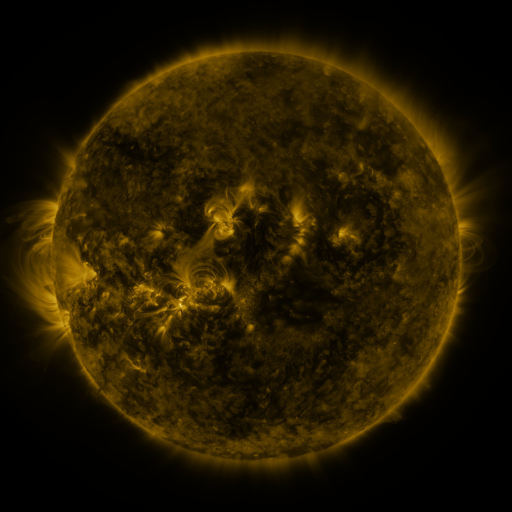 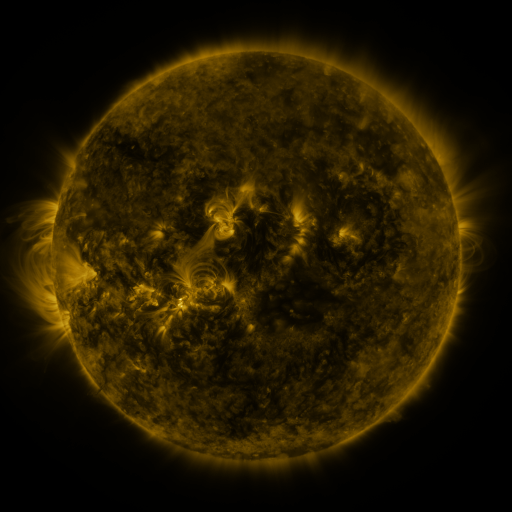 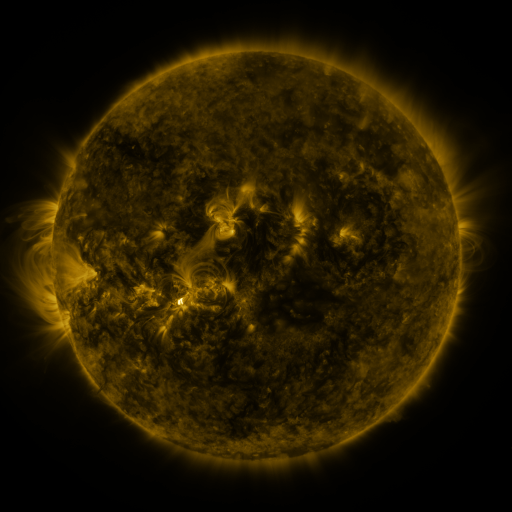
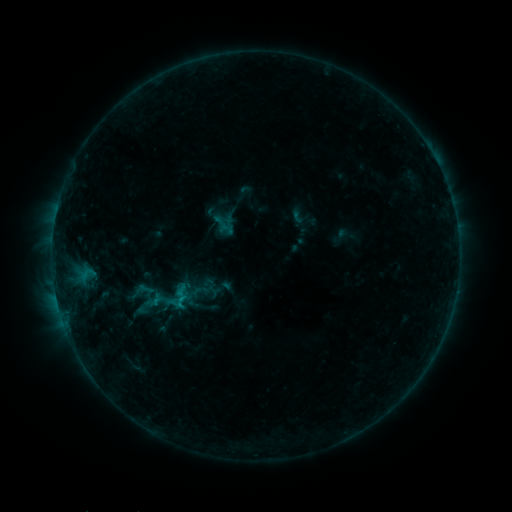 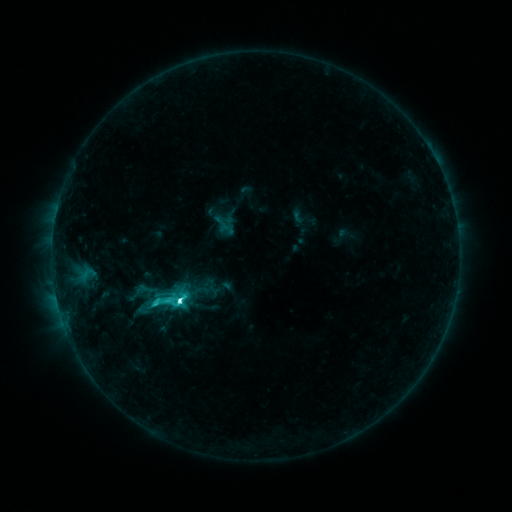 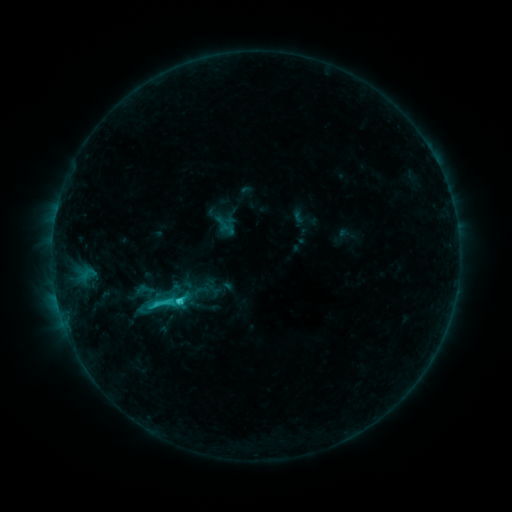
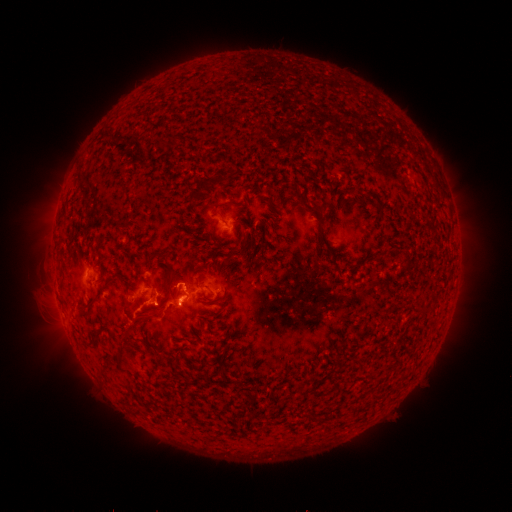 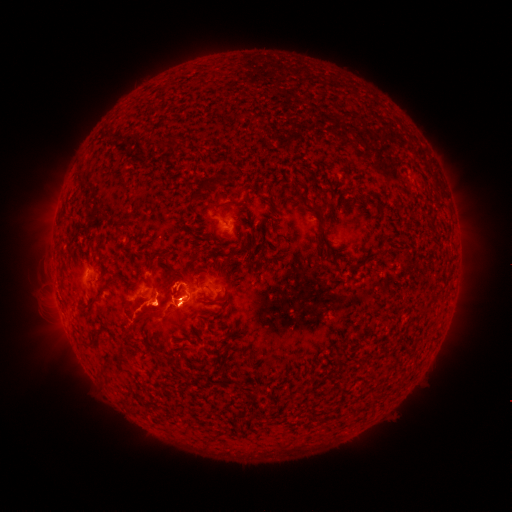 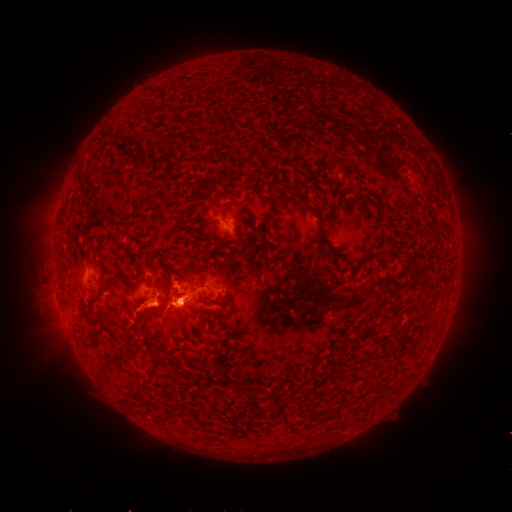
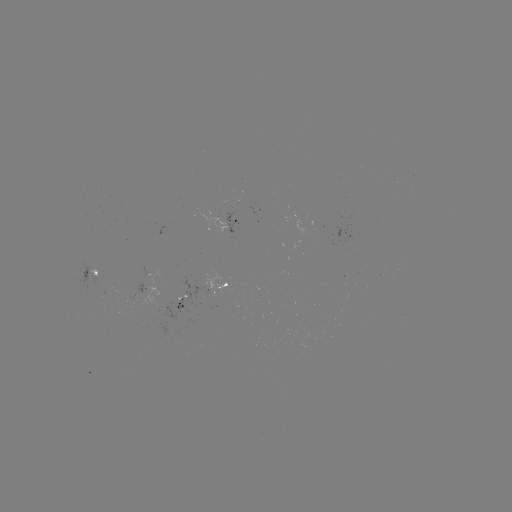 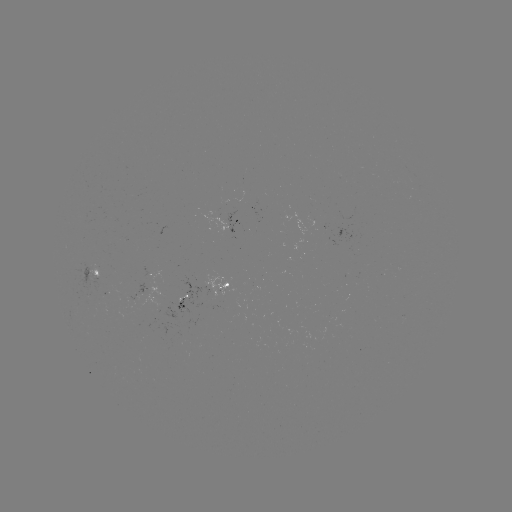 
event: flare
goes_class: C6.7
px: (181, 298)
